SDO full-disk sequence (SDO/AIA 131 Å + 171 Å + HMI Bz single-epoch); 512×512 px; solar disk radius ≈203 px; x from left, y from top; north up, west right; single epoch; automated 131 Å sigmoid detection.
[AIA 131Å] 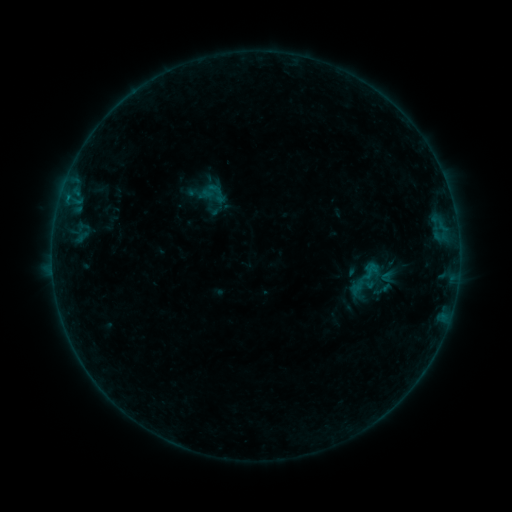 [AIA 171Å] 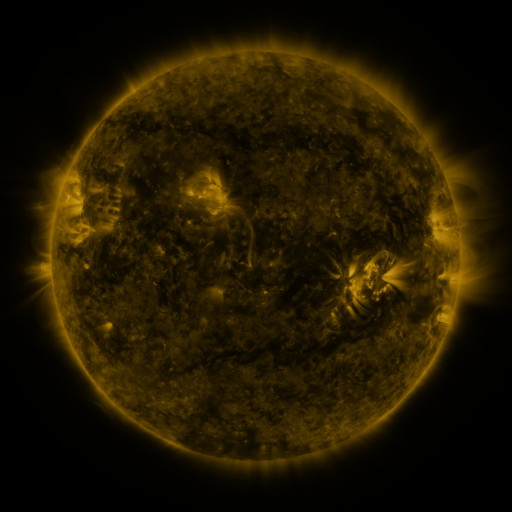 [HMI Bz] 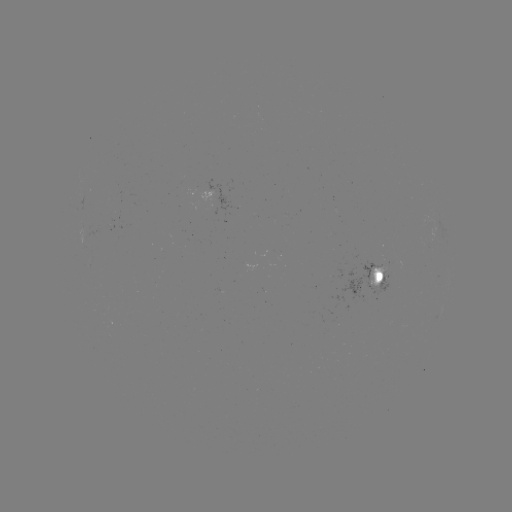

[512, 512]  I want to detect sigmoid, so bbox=[381, 269, 397, 285].